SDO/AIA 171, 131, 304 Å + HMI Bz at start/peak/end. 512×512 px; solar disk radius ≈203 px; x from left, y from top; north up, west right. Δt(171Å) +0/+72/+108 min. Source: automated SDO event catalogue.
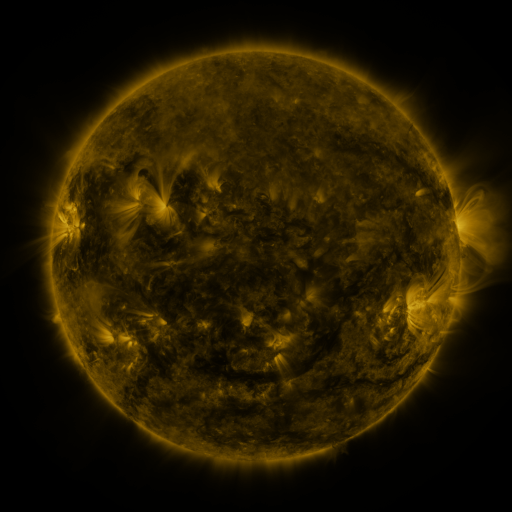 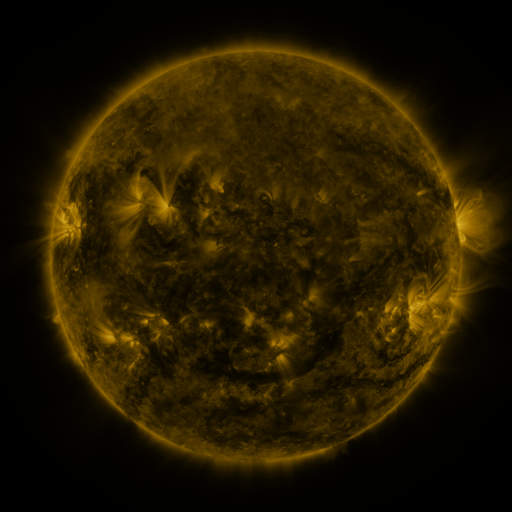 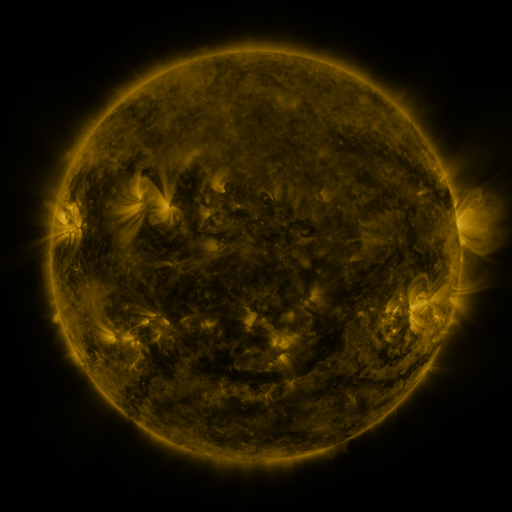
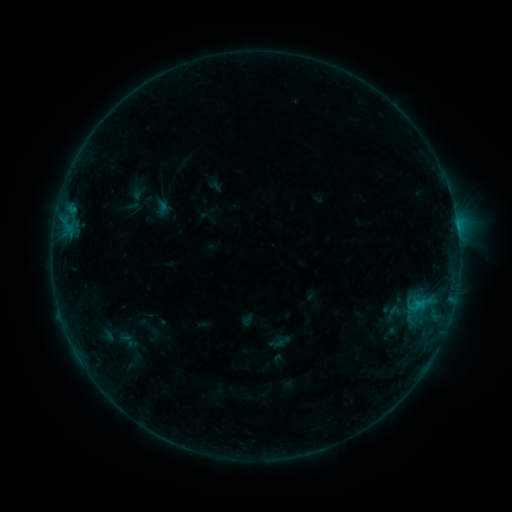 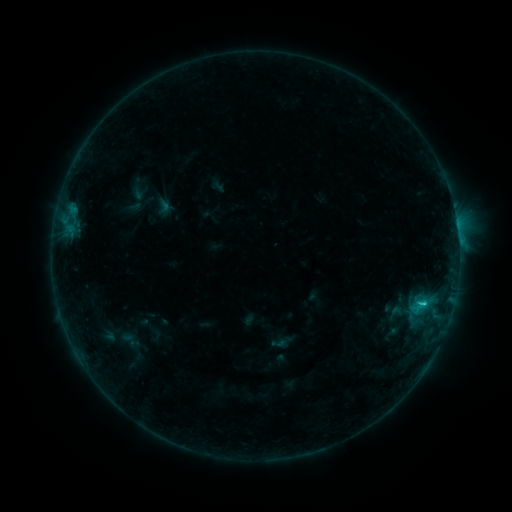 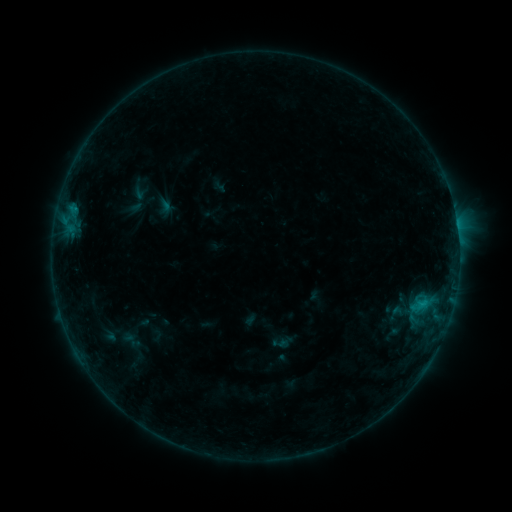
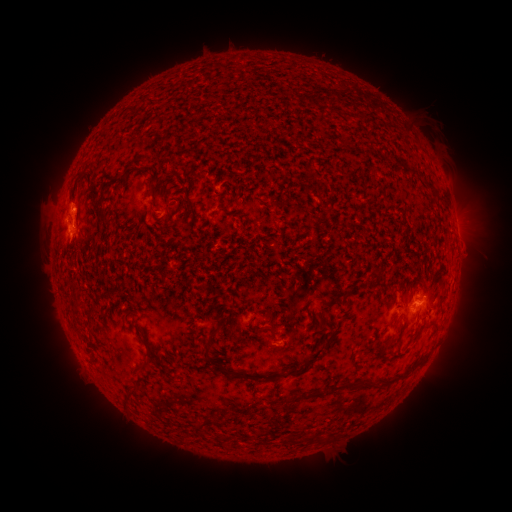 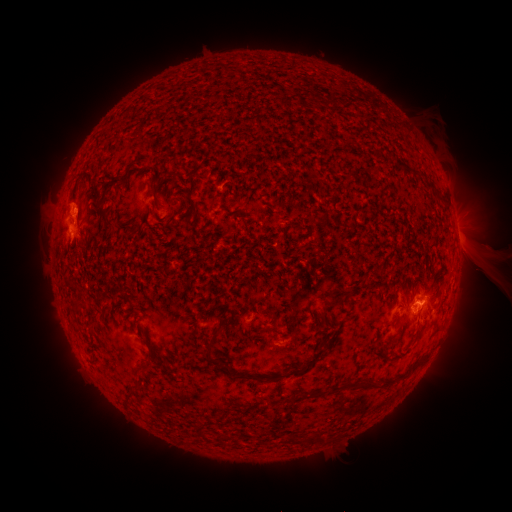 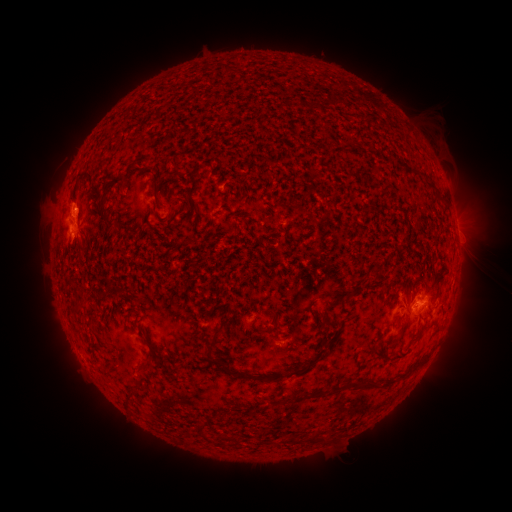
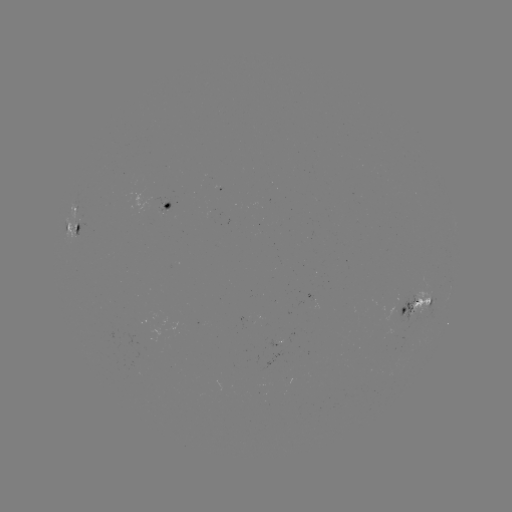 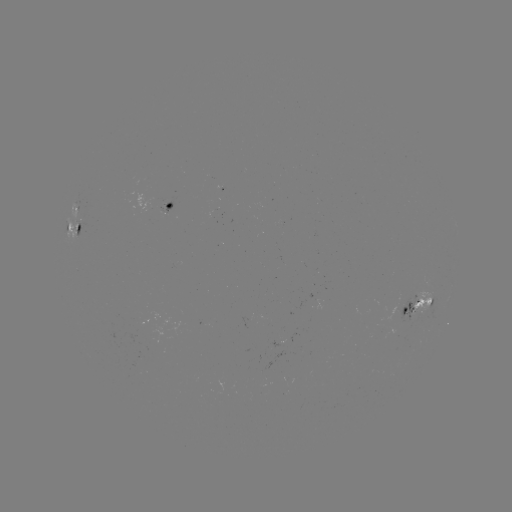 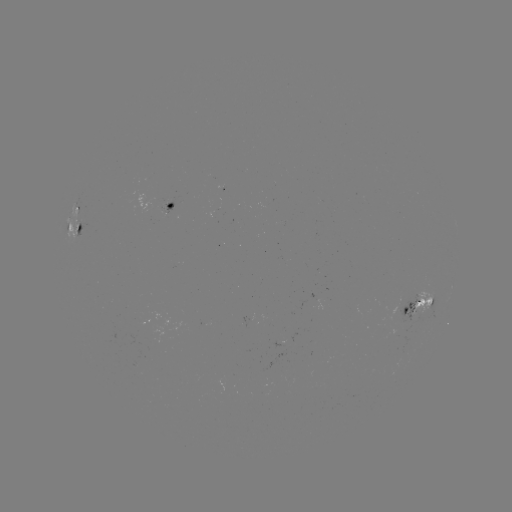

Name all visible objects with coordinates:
emerging-flux region: (279, 342)
